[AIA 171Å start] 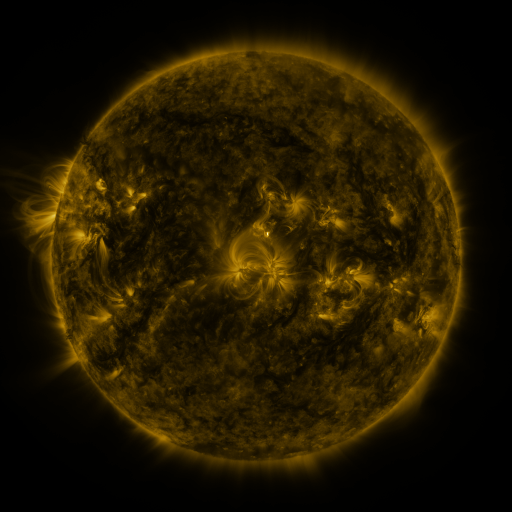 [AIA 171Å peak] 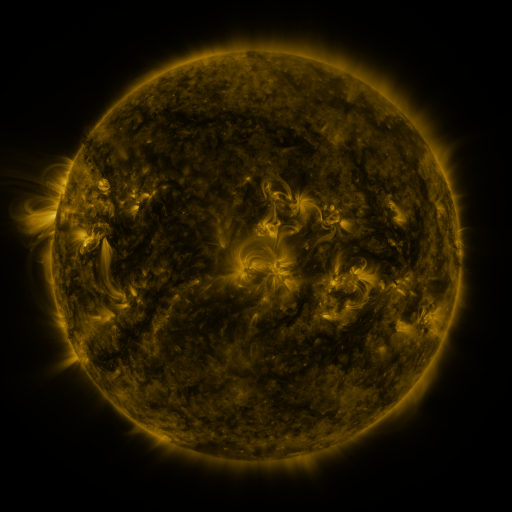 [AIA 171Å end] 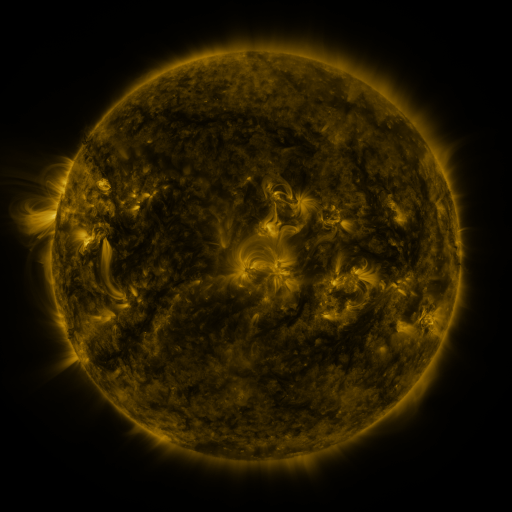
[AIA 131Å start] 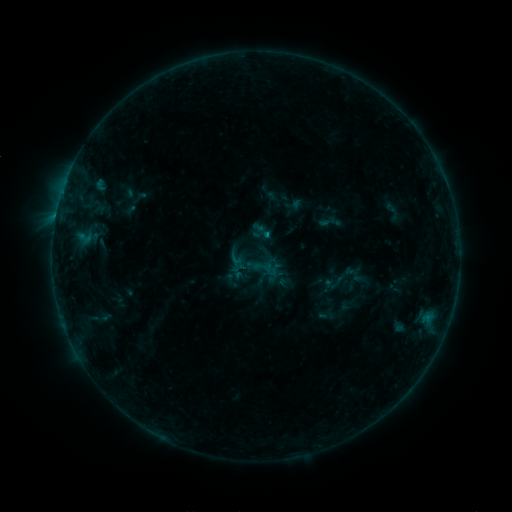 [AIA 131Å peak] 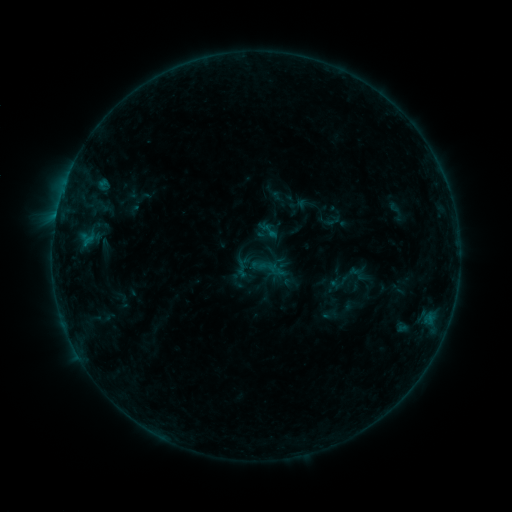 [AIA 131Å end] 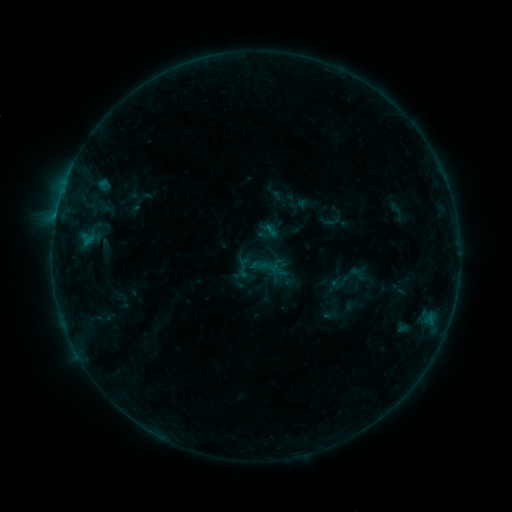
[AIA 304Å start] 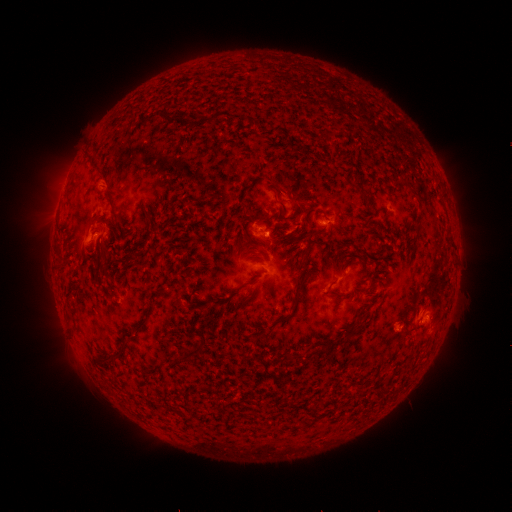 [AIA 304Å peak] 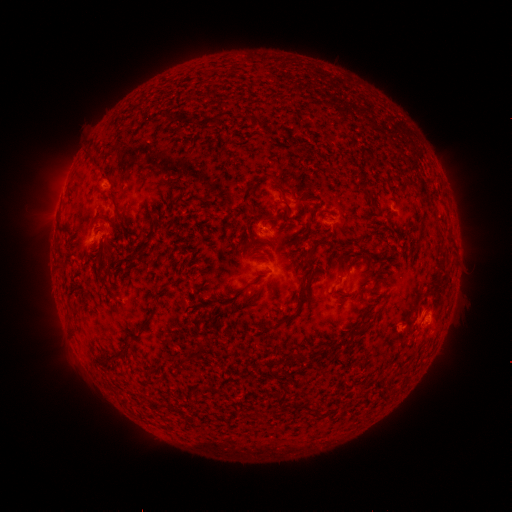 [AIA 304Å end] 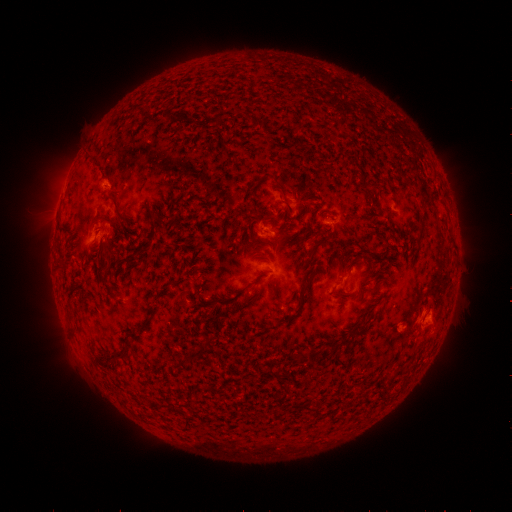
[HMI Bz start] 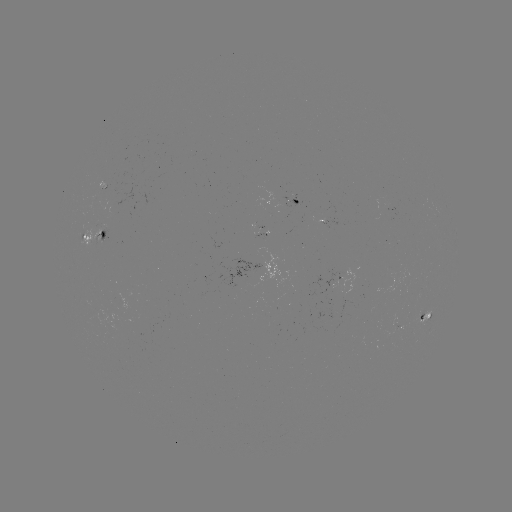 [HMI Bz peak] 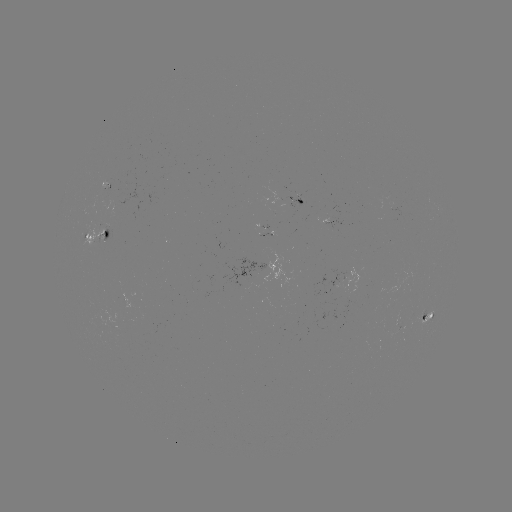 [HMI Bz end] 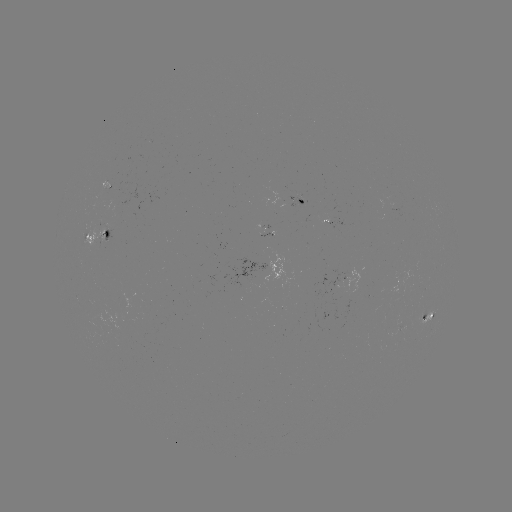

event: emerging-flux region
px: (104, 188)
